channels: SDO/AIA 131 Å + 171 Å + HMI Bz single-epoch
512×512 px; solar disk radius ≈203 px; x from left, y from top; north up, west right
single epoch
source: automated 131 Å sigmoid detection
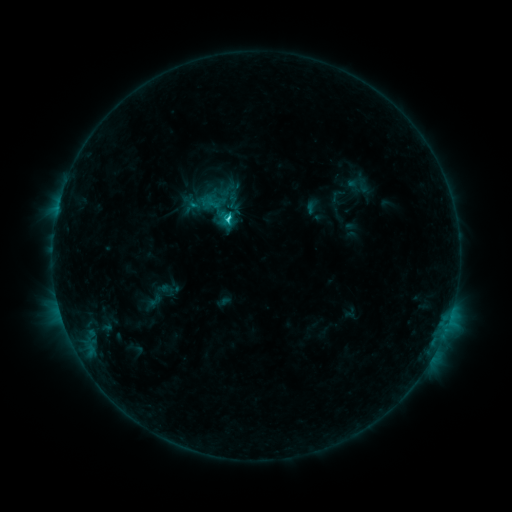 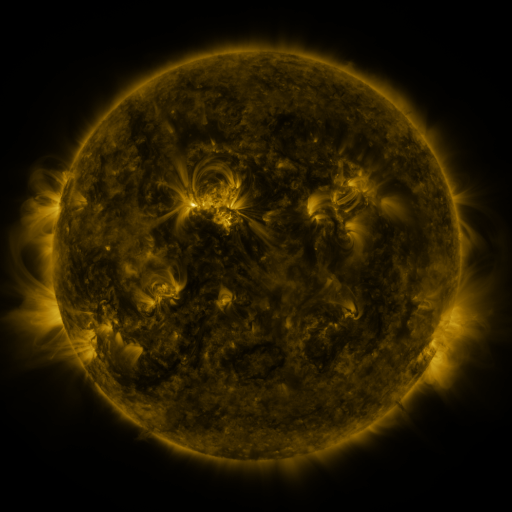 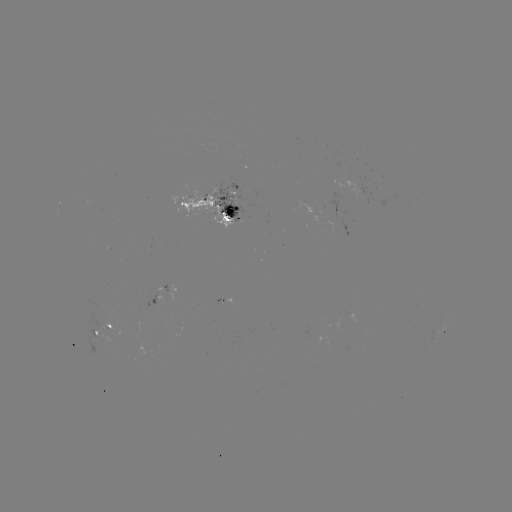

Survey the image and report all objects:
sigmoid: (218, 209)
